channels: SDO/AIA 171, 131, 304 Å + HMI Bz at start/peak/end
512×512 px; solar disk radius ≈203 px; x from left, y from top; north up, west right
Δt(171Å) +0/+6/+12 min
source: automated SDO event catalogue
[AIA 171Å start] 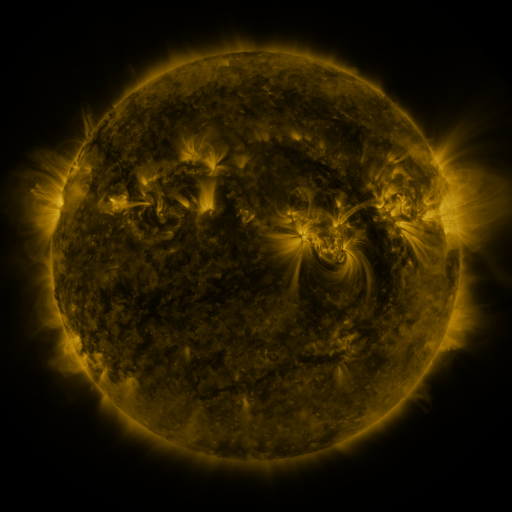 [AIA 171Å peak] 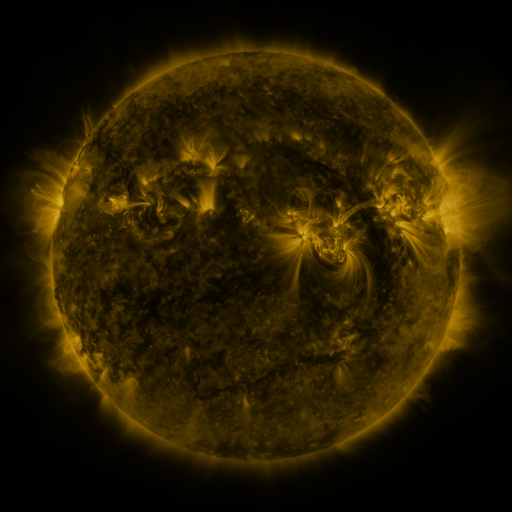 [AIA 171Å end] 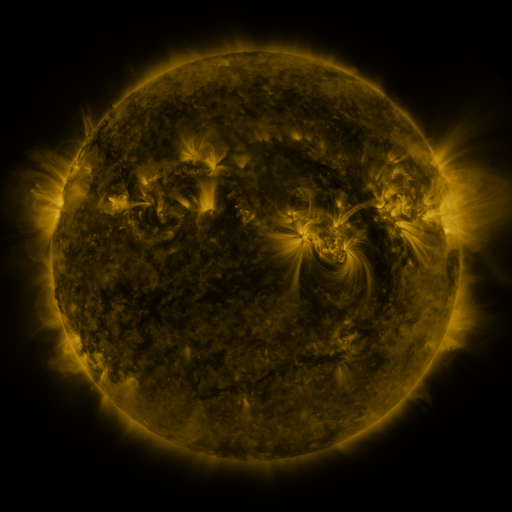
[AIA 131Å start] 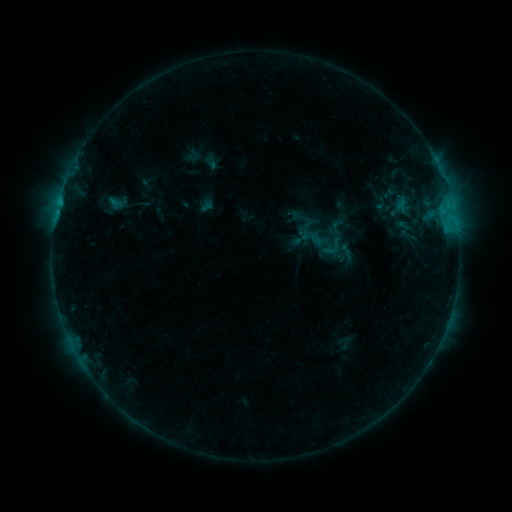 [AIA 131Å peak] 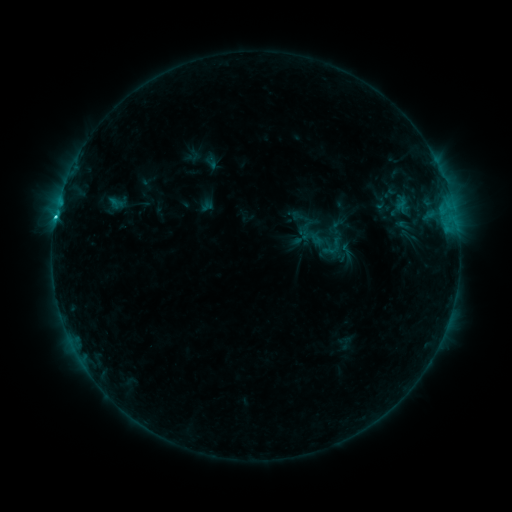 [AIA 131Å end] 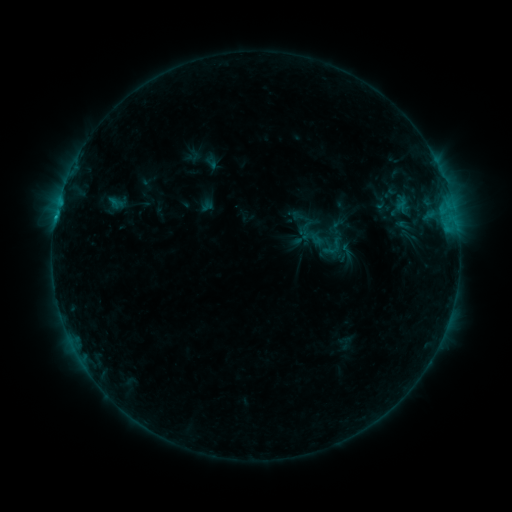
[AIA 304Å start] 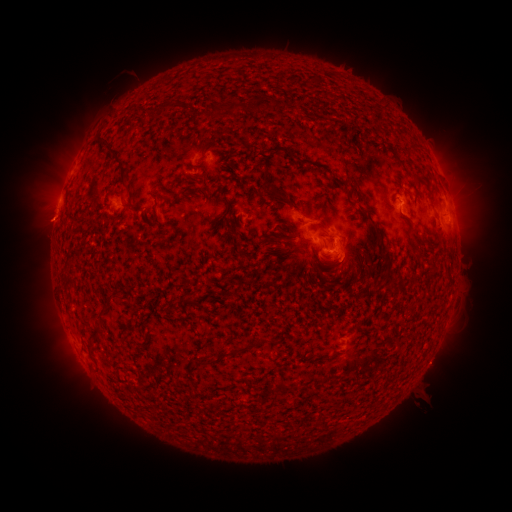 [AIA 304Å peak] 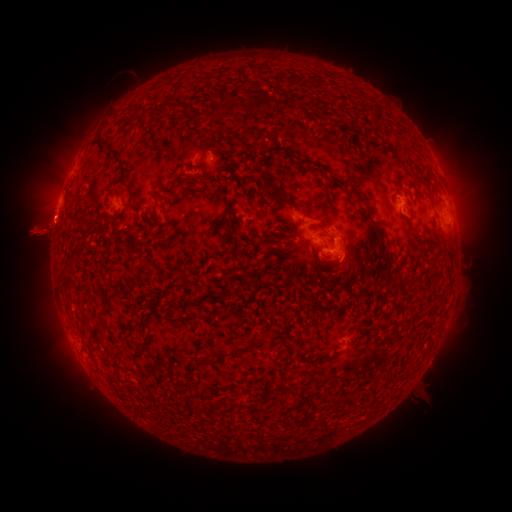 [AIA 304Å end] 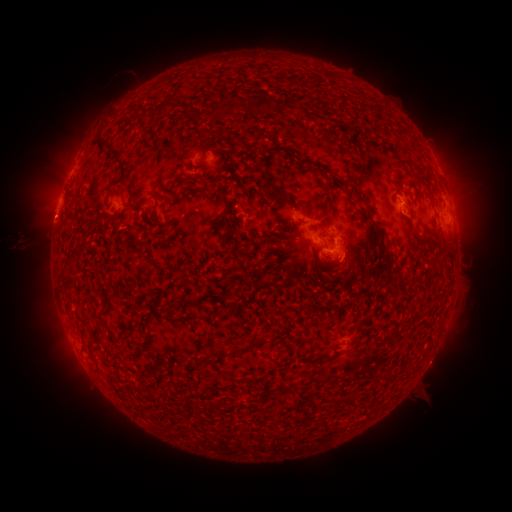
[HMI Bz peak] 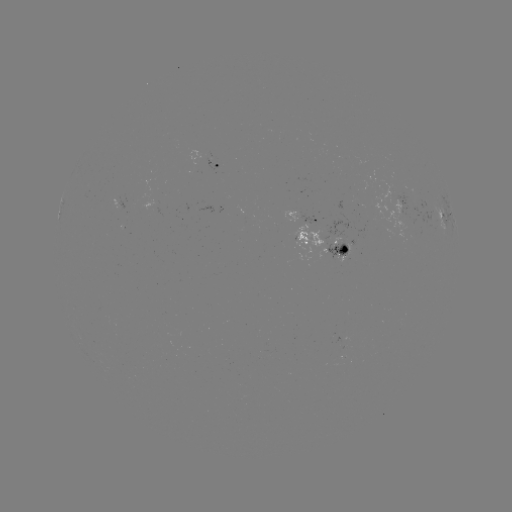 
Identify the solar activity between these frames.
C1.2 flare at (55, 221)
